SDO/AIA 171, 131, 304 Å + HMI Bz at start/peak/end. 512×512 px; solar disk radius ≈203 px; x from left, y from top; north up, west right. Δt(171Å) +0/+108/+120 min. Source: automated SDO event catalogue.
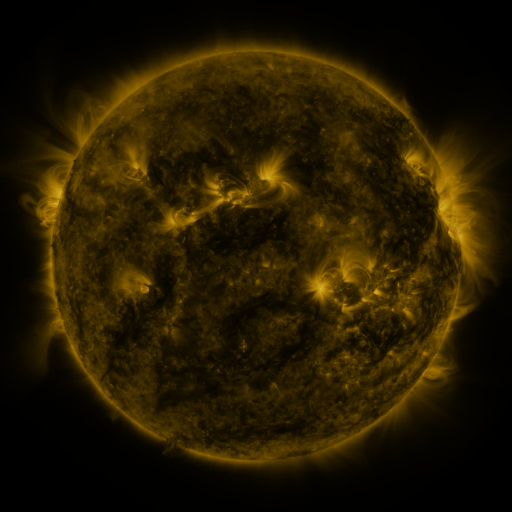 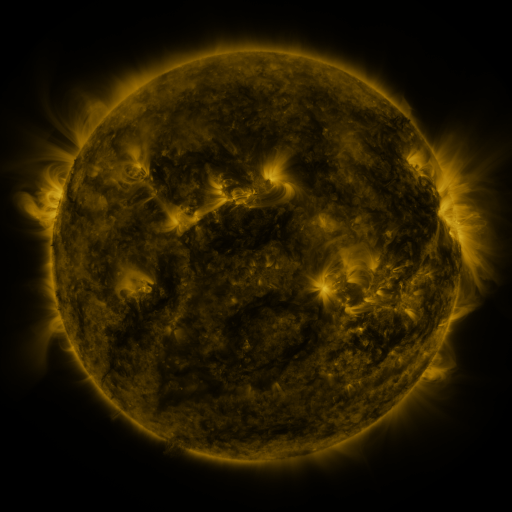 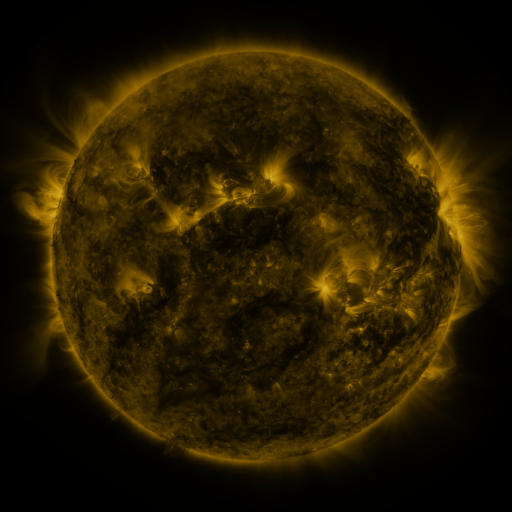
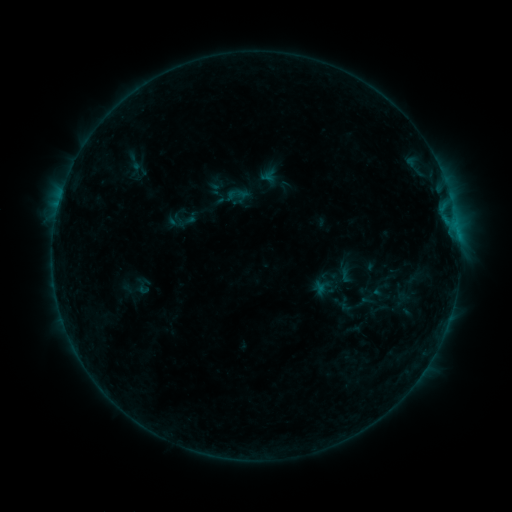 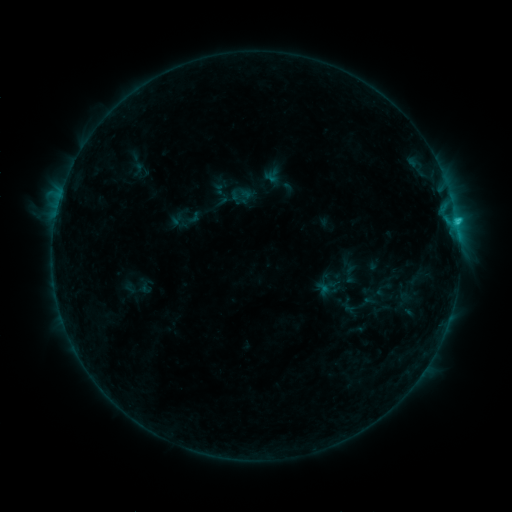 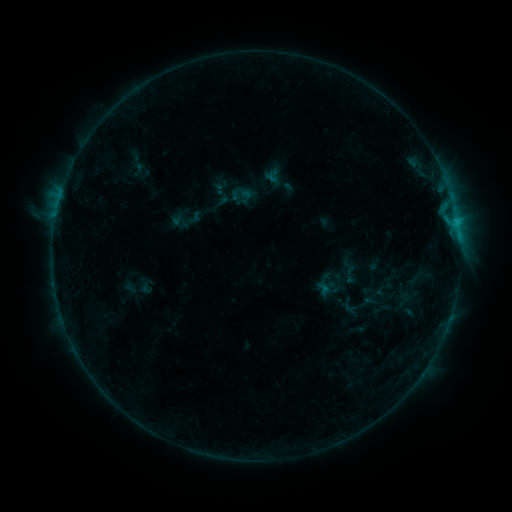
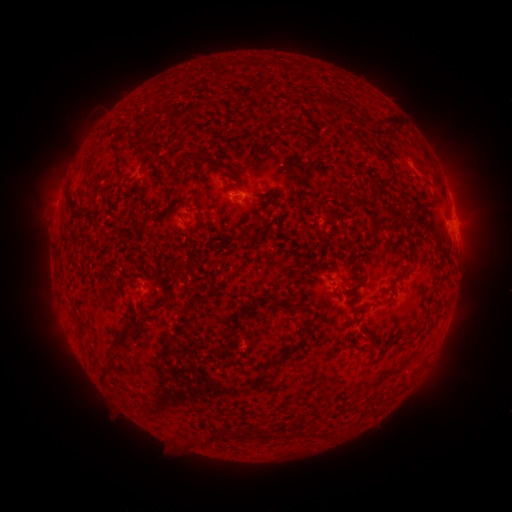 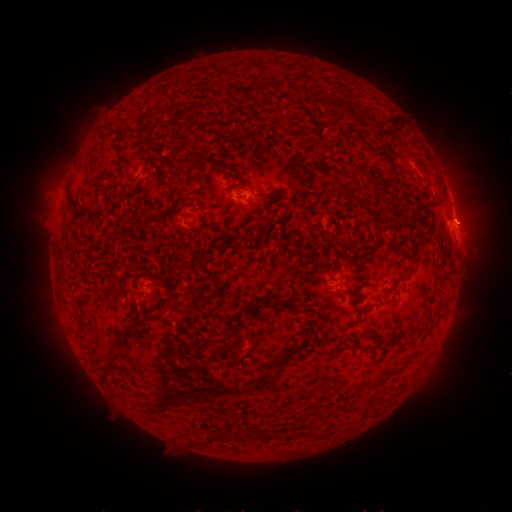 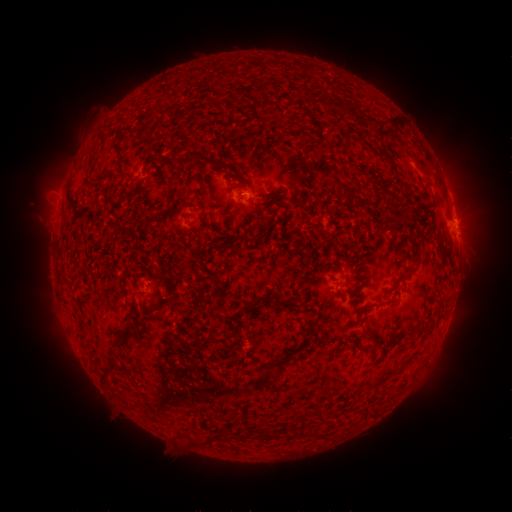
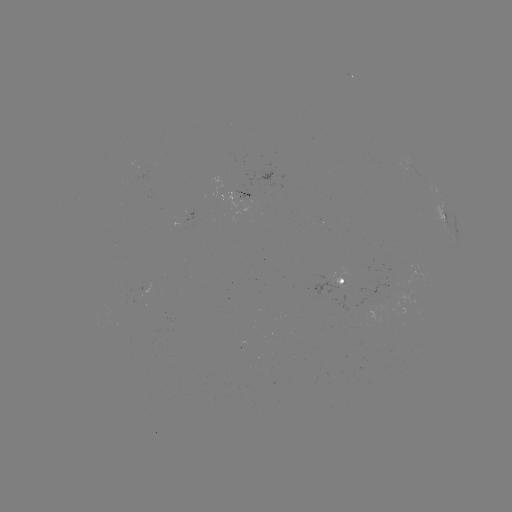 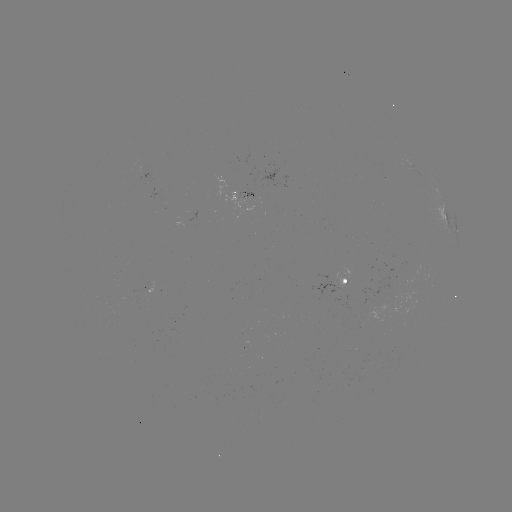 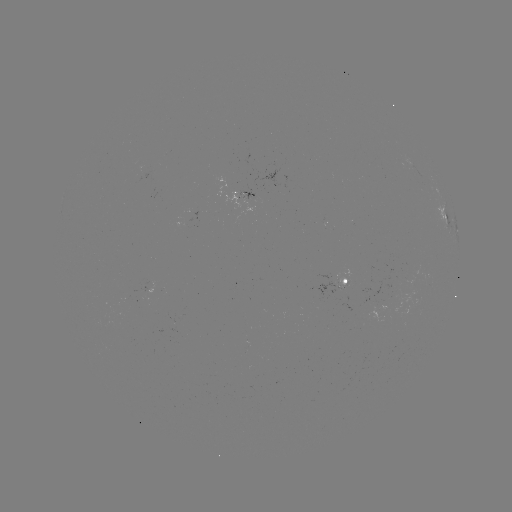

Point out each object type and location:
emerging-flux region: (254, 199)
